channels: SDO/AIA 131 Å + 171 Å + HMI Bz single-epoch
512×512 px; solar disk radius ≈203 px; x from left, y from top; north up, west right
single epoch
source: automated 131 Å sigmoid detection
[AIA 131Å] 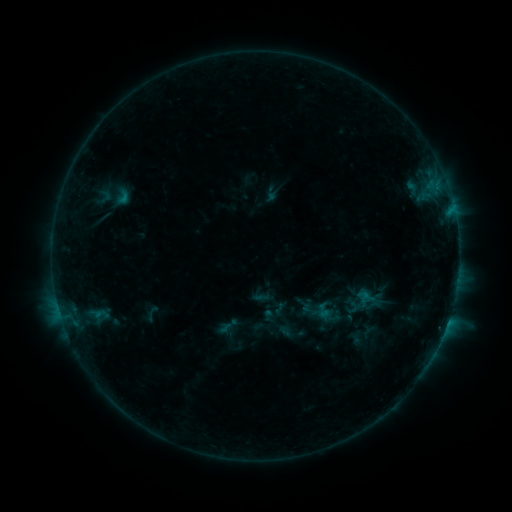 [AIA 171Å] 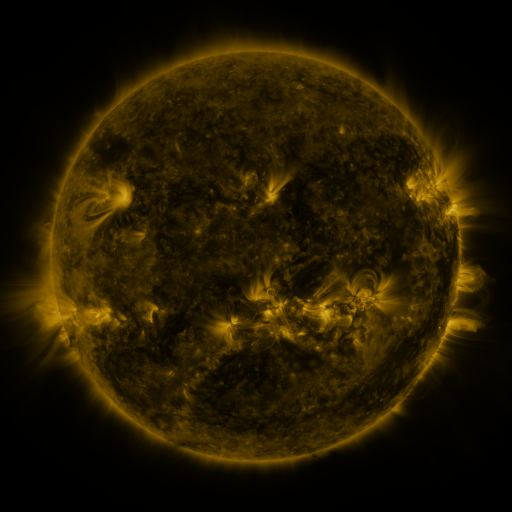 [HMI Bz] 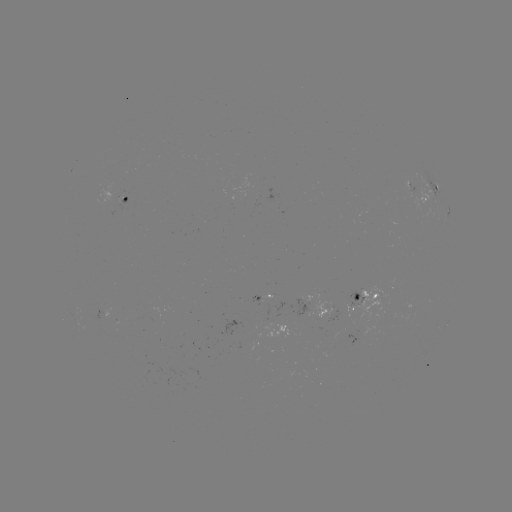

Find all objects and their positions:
sigmoid: (96, 186, 114, 206)
